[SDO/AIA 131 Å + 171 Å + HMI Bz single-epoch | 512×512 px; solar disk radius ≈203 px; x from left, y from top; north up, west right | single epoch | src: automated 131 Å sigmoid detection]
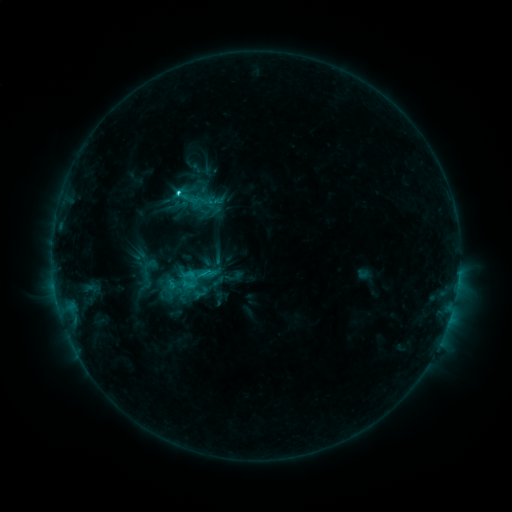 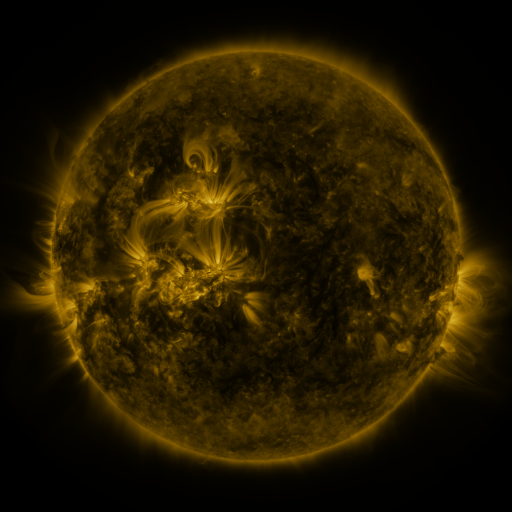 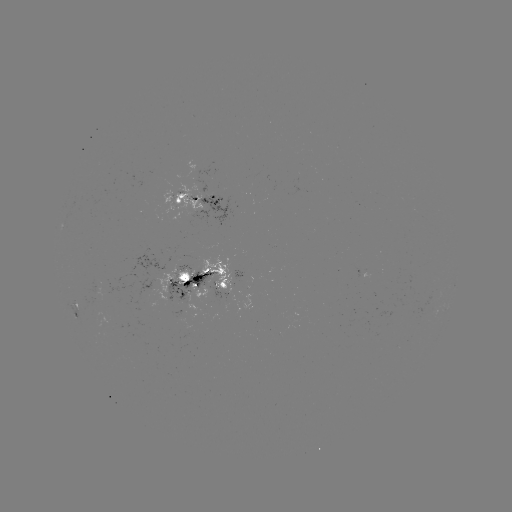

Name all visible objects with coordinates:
sigmoid: (199, 203)
